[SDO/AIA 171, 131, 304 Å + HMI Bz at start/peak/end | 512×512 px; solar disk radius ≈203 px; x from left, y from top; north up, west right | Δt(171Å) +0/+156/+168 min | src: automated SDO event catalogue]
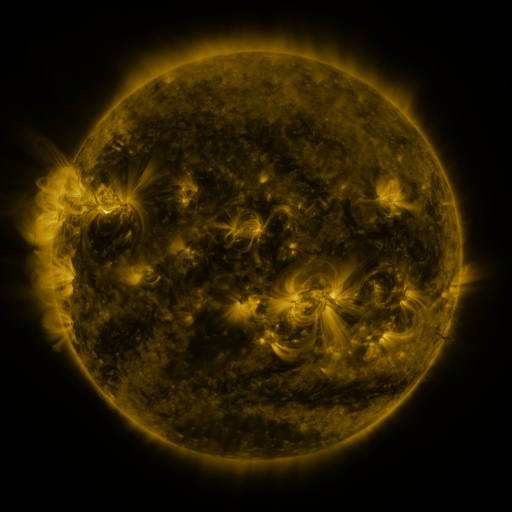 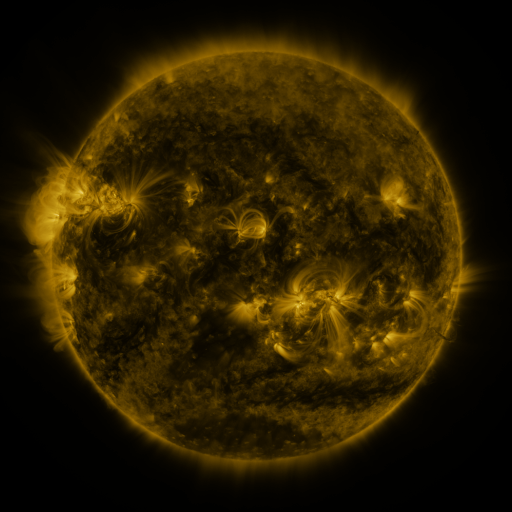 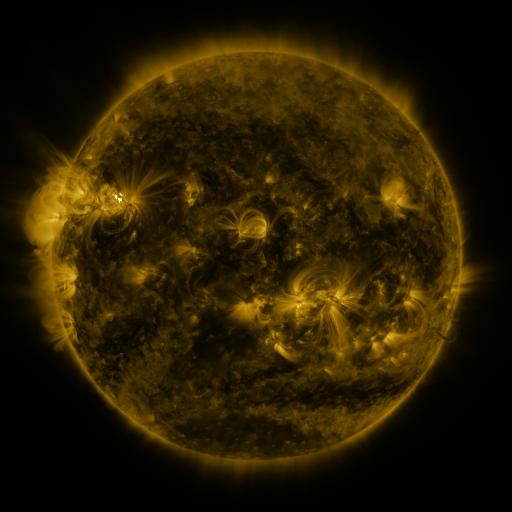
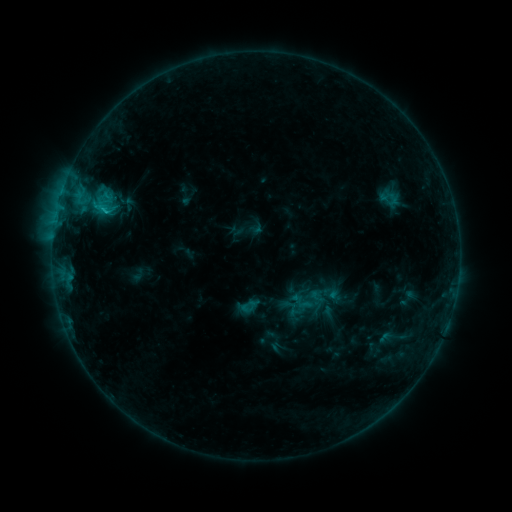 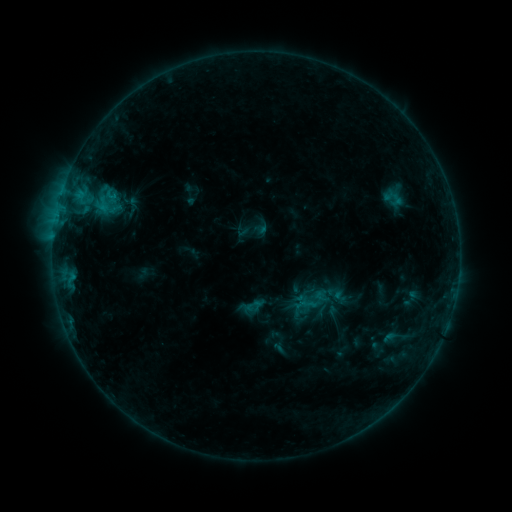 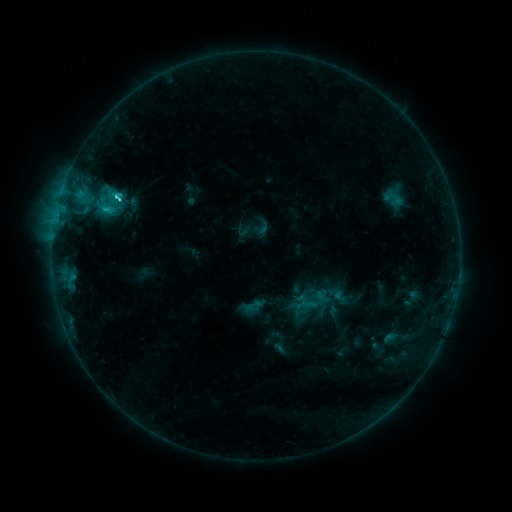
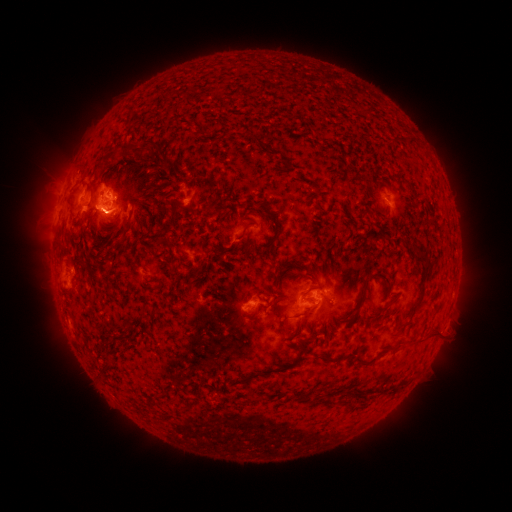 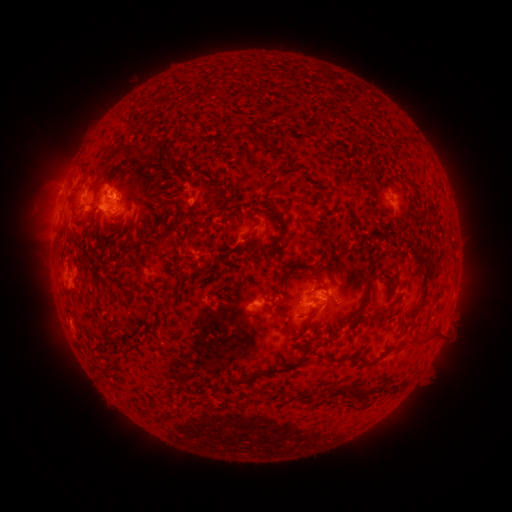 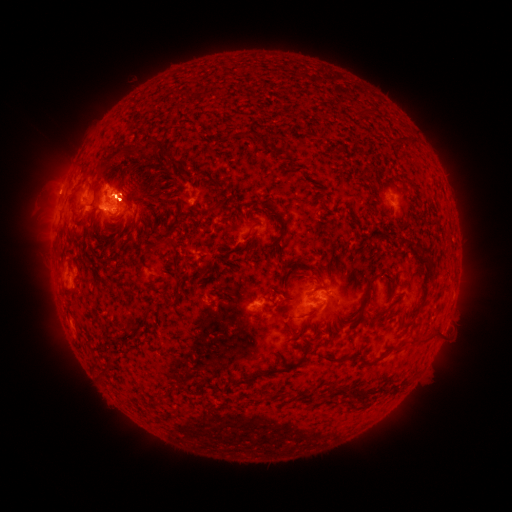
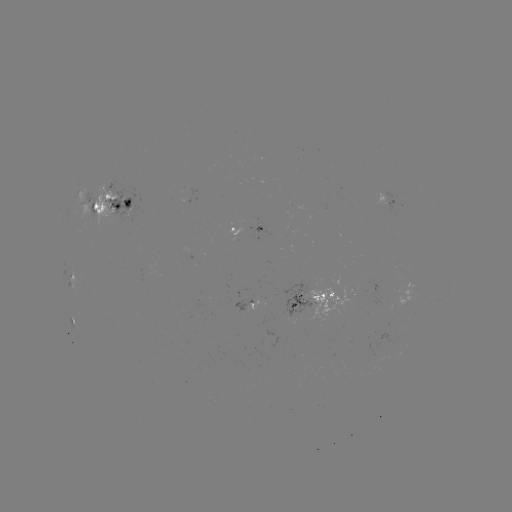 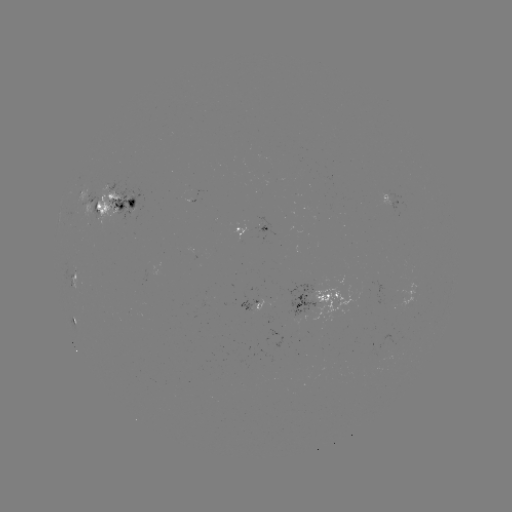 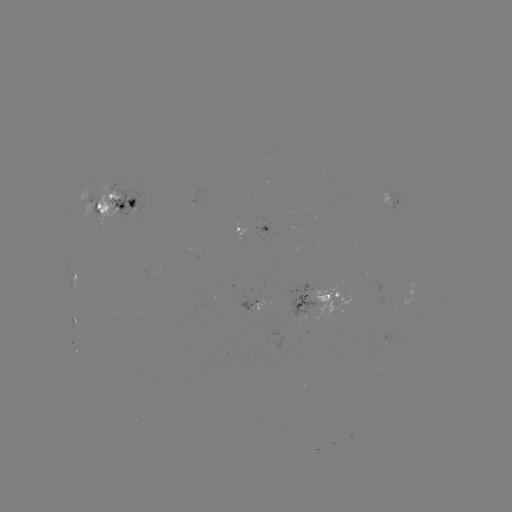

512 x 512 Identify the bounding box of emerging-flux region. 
[92, 194, 98, 220].